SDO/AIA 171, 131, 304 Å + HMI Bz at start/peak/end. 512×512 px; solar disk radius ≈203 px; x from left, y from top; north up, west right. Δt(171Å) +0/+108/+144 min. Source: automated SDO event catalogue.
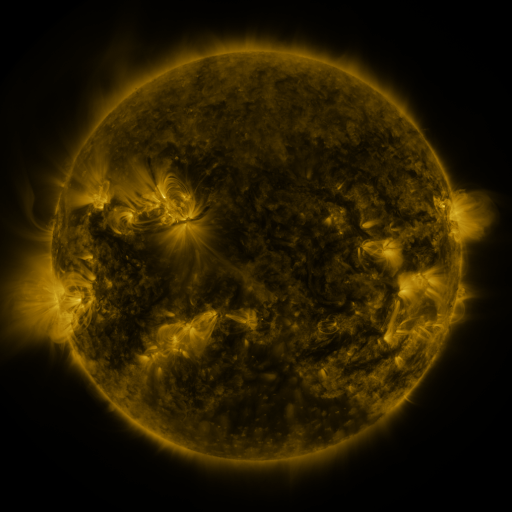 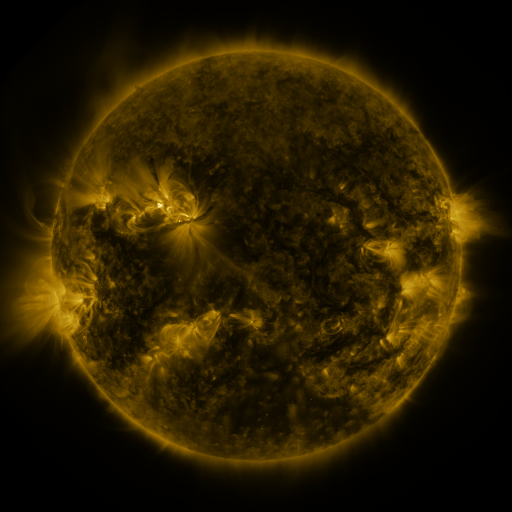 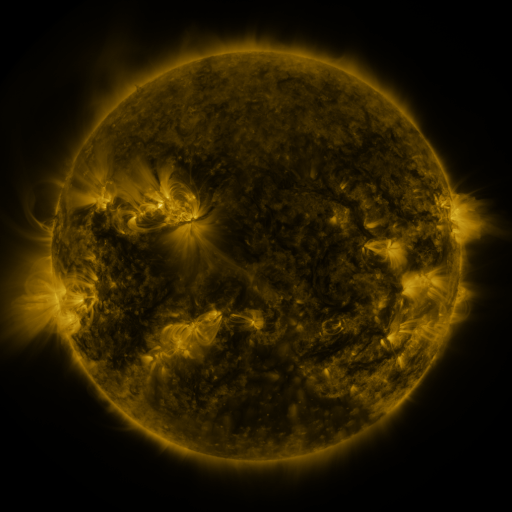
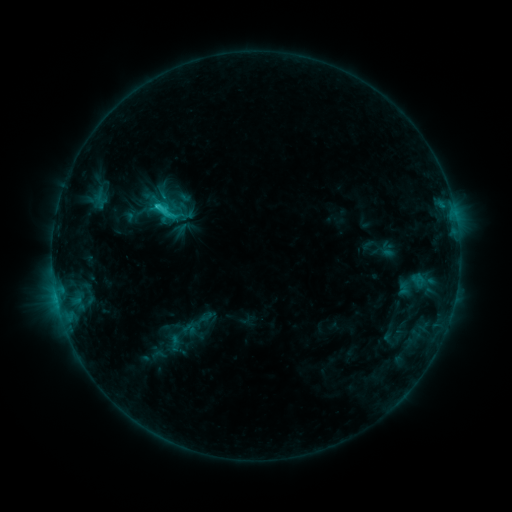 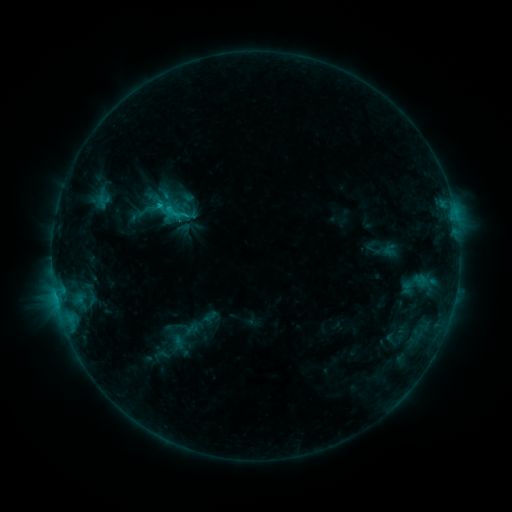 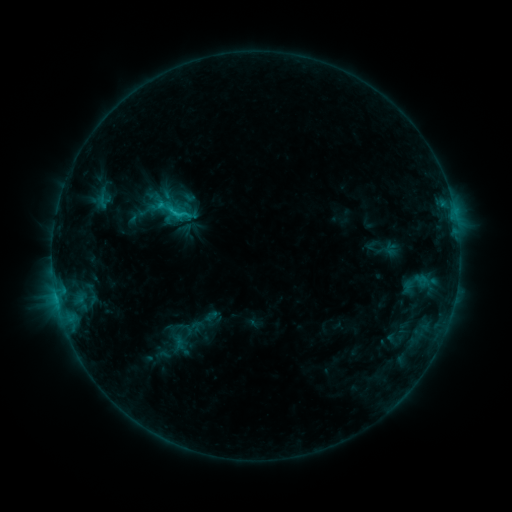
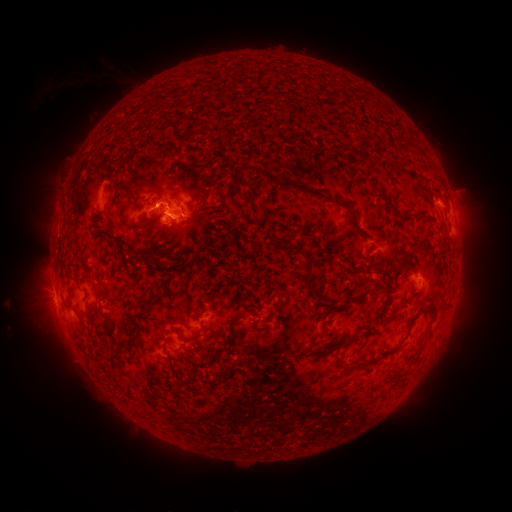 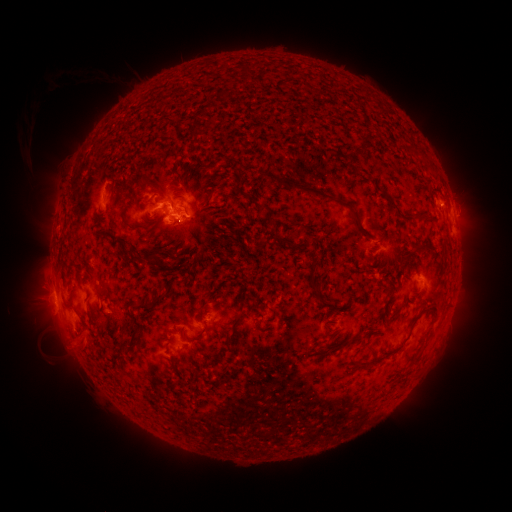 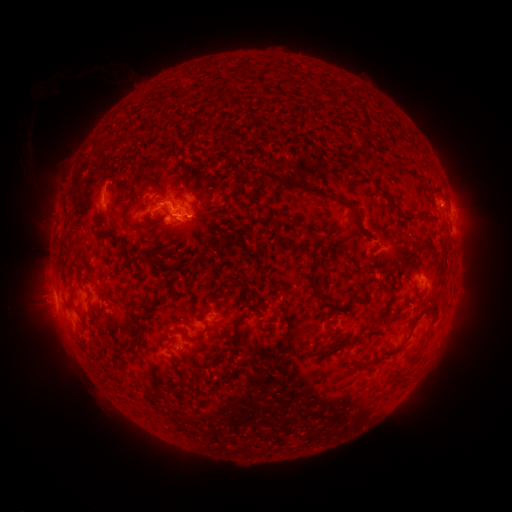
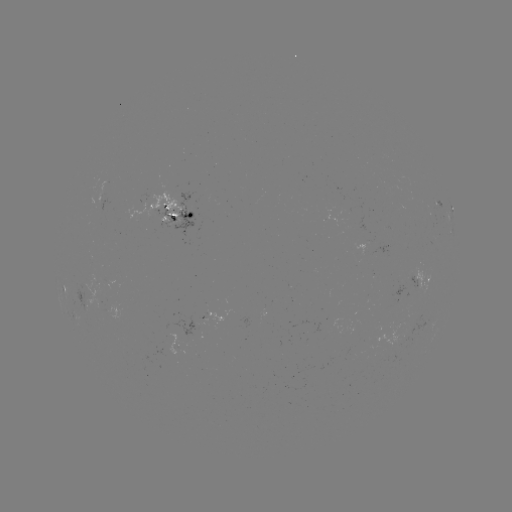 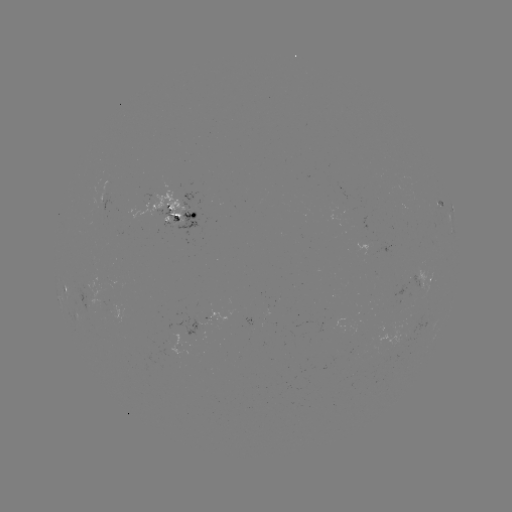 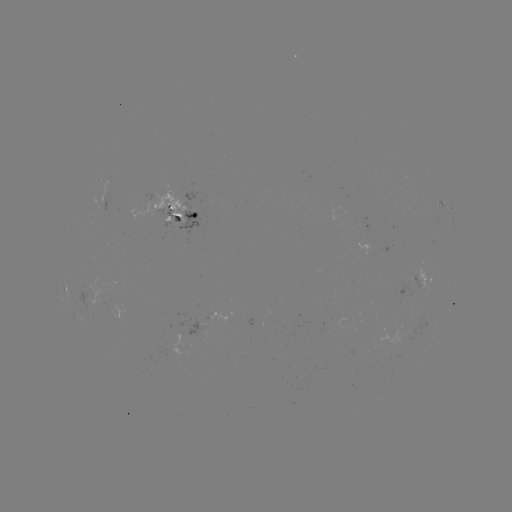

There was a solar emerging-flux region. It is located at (214, 315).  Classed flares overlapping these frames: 2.